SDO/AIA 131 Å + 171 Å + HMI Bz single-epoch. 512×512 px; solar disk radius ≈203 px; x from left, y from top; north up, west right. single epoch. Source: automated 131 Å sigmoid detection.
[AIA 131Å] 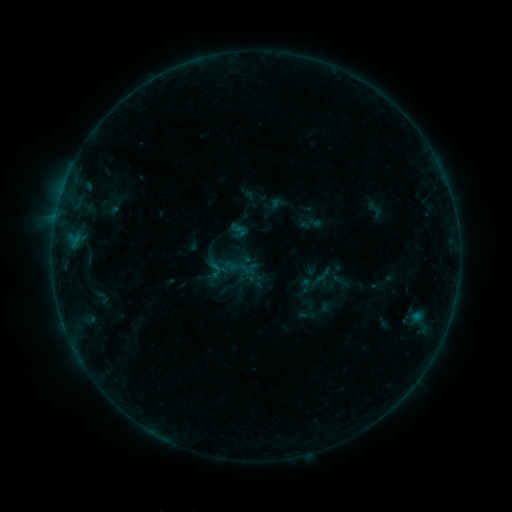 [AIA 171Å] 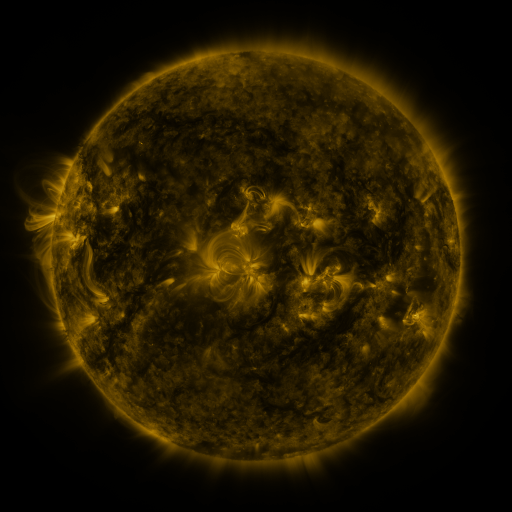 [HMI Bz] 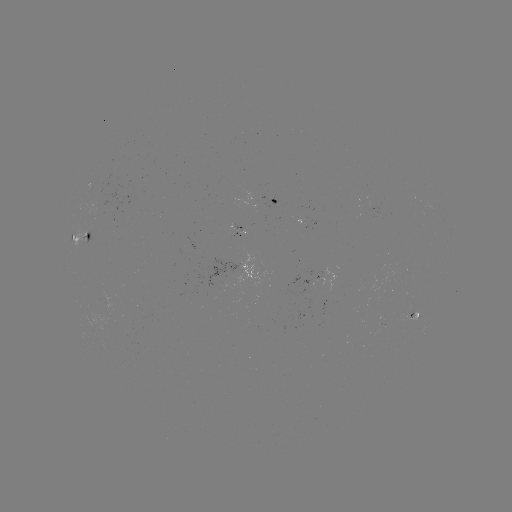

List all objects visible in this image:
sigmoid: (375, 210)
